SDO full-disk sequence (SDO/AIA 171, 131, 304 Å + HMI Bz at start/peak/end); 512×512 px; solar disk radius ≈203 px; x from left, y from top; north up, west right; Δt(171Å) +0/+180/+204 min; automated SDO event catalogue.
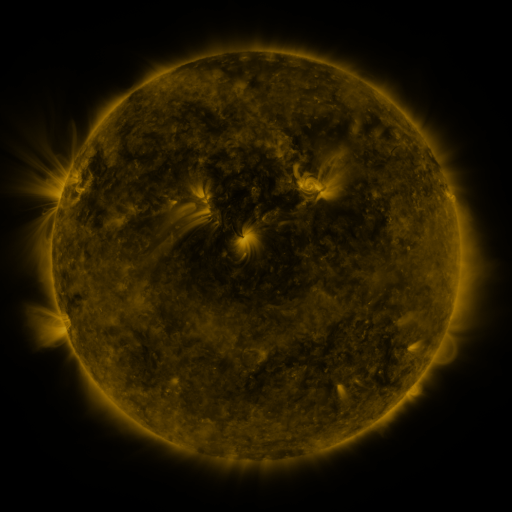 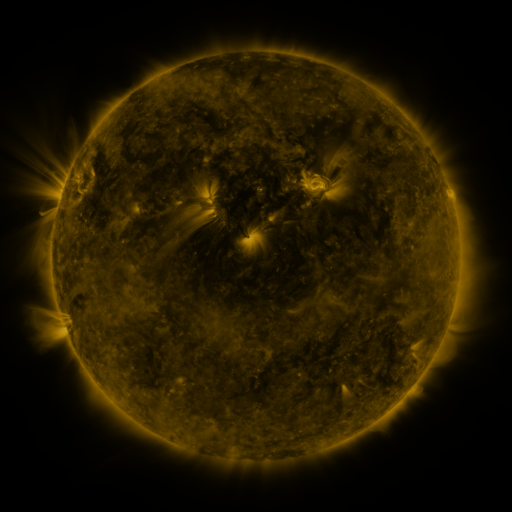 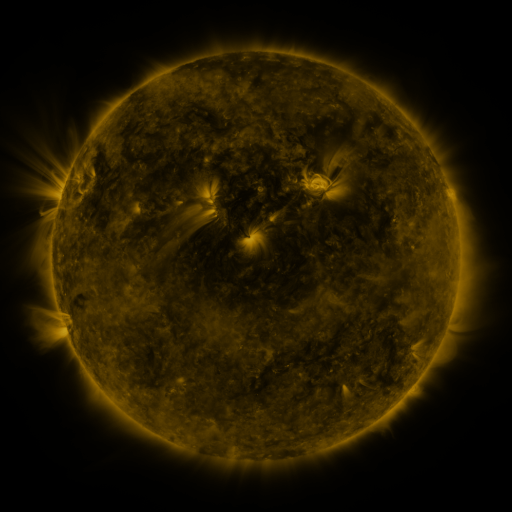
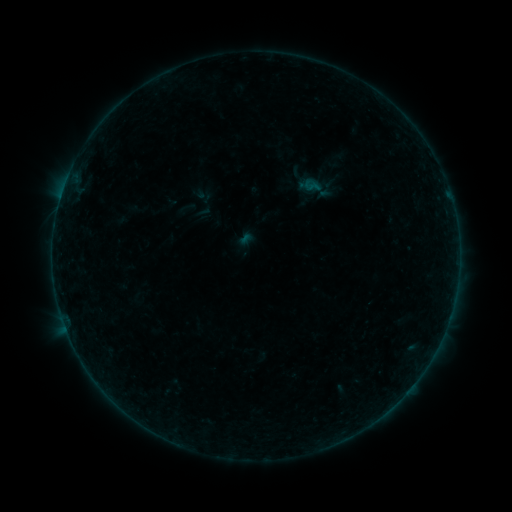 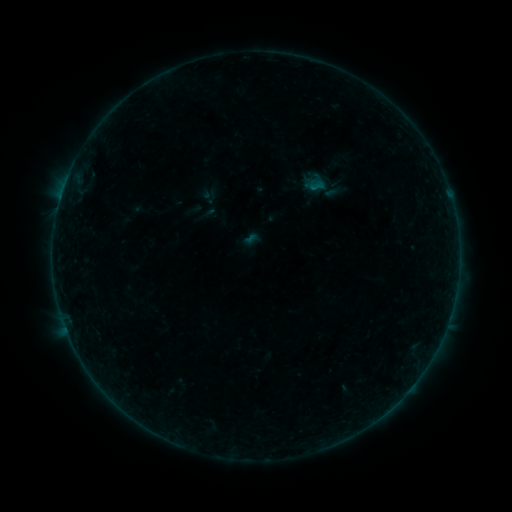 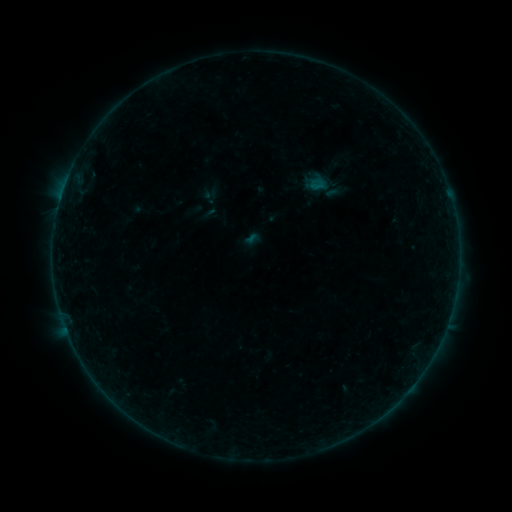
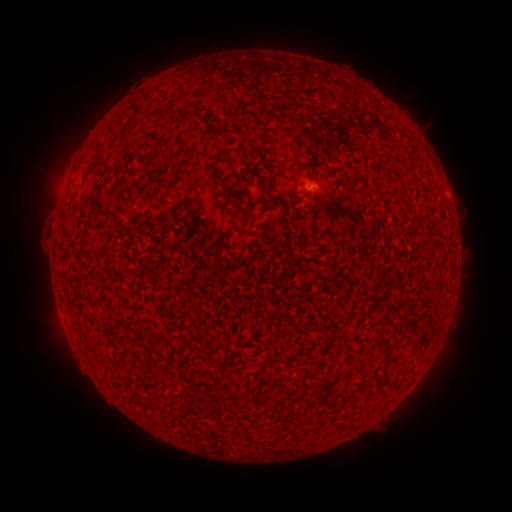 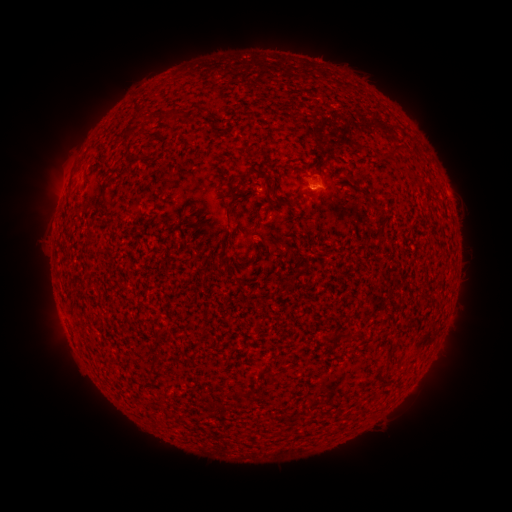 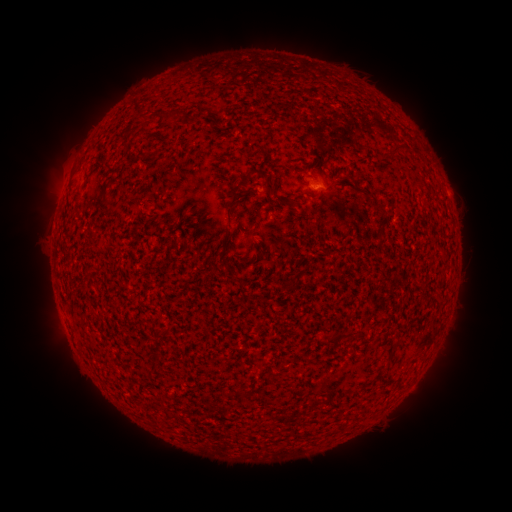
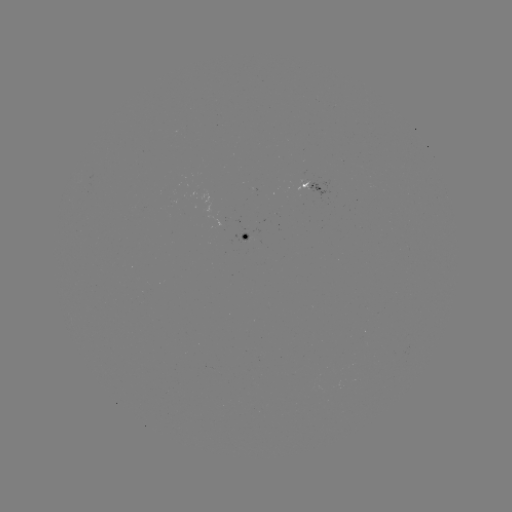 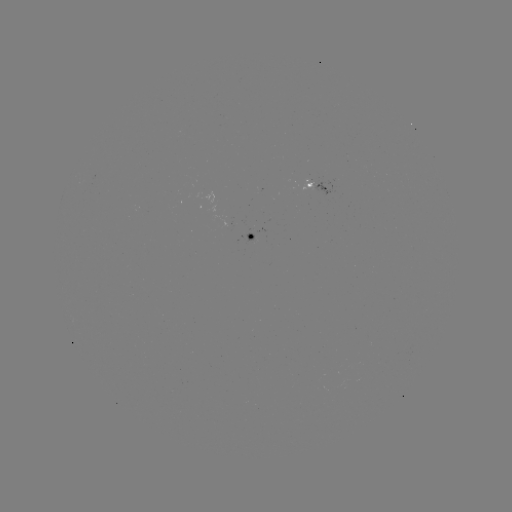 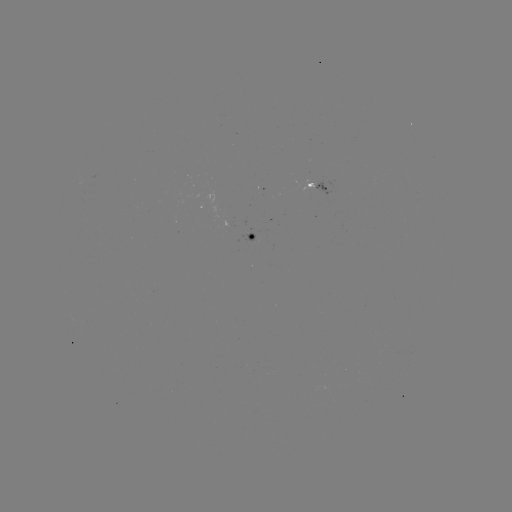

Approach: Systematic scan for B1.7 flare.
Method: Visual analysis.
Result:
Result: B1.7 flare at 321,185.